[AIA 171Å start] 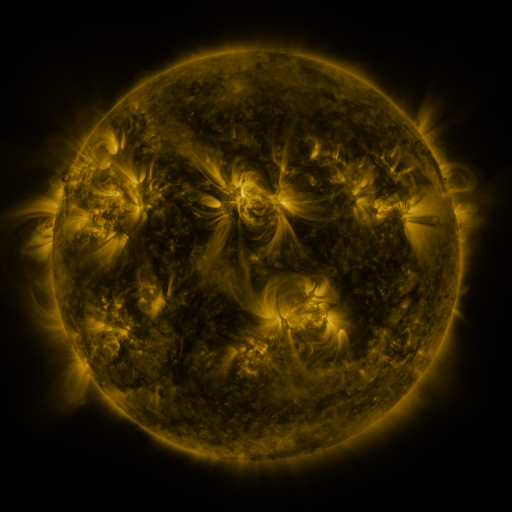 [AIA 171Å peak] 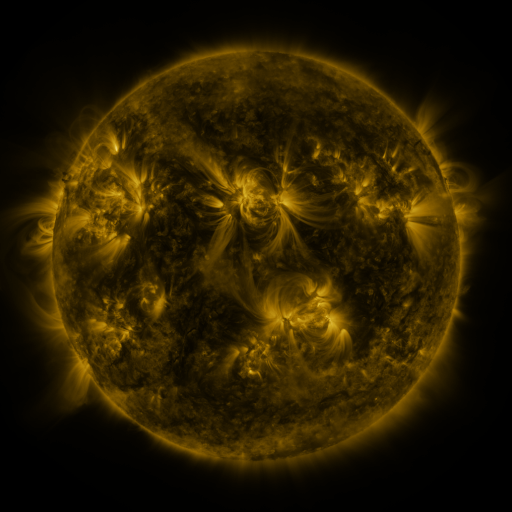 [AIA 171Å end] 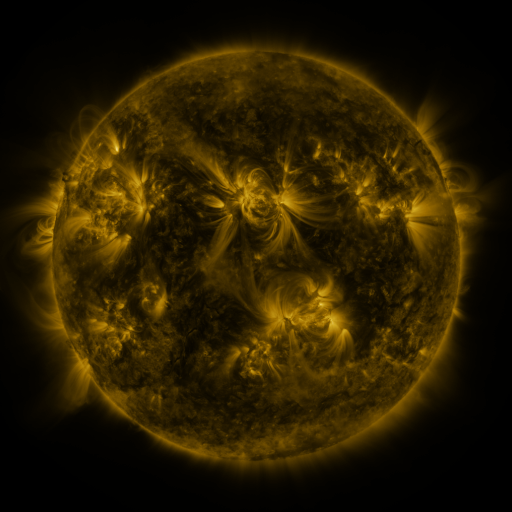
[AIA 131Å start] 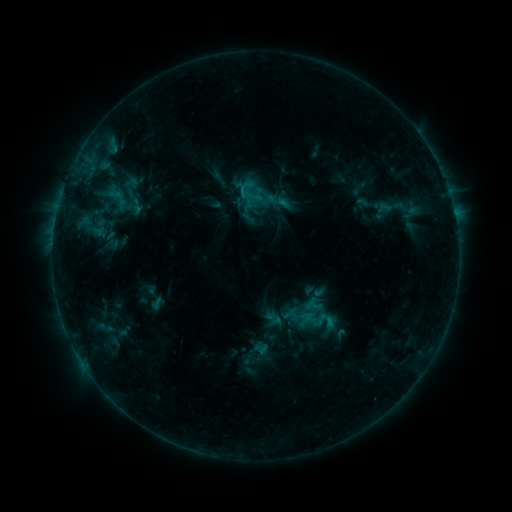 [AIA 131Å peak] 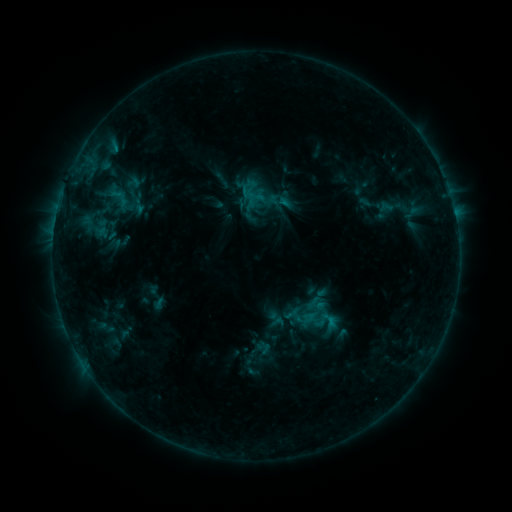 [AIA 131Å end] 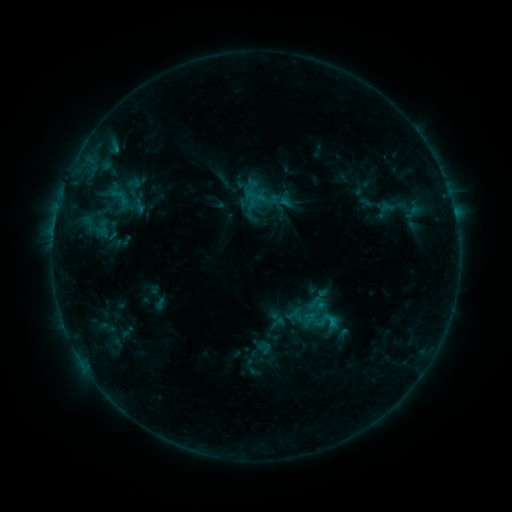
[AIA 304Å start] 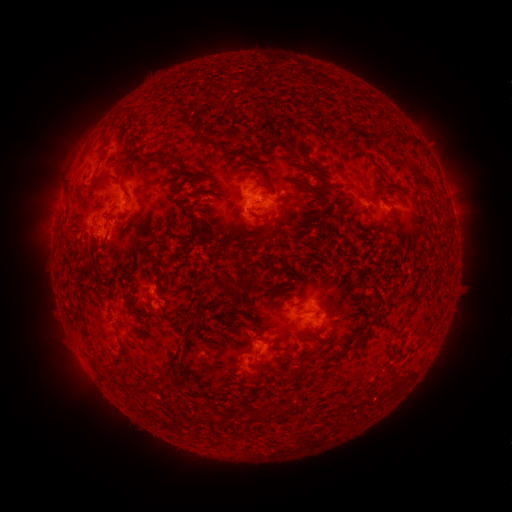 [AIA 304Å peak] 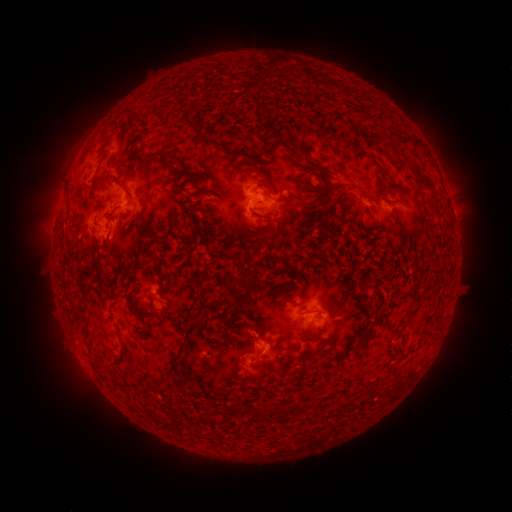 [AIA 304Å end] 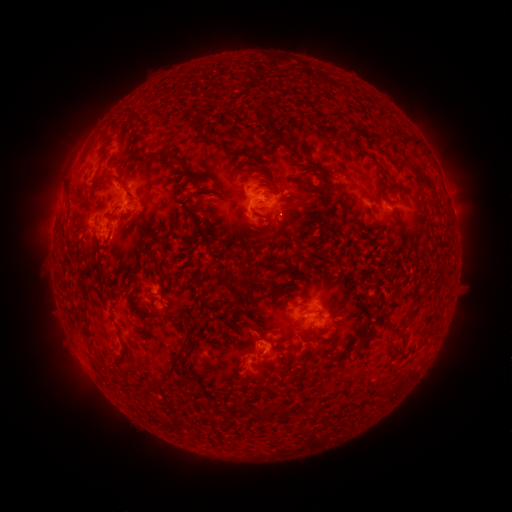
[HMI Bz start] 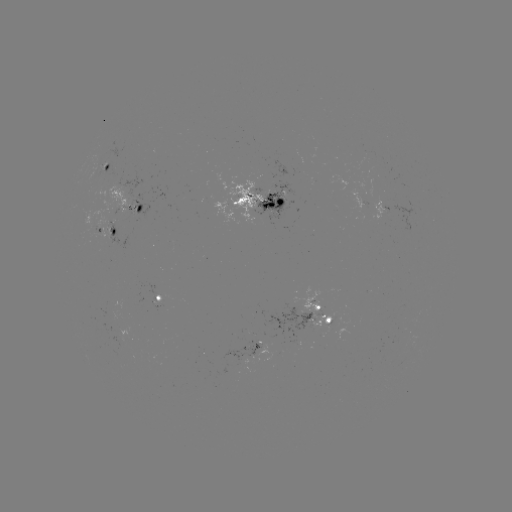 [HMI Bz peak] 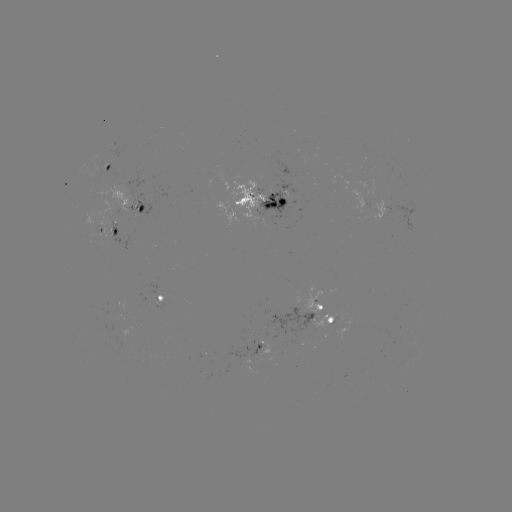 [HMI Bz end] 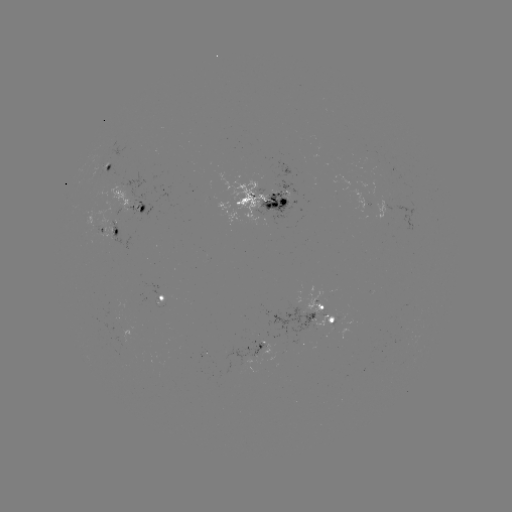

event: emerging-flux region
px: (372, 194)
